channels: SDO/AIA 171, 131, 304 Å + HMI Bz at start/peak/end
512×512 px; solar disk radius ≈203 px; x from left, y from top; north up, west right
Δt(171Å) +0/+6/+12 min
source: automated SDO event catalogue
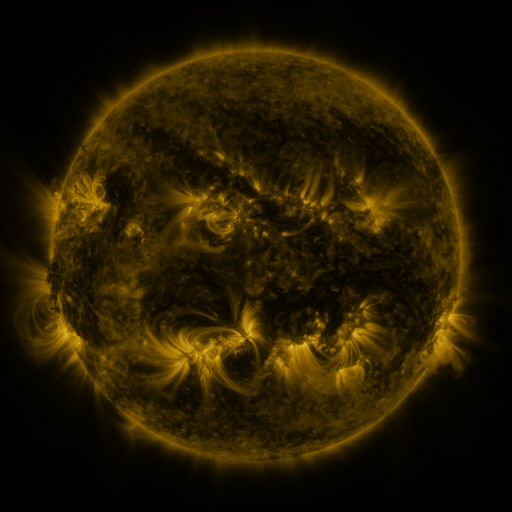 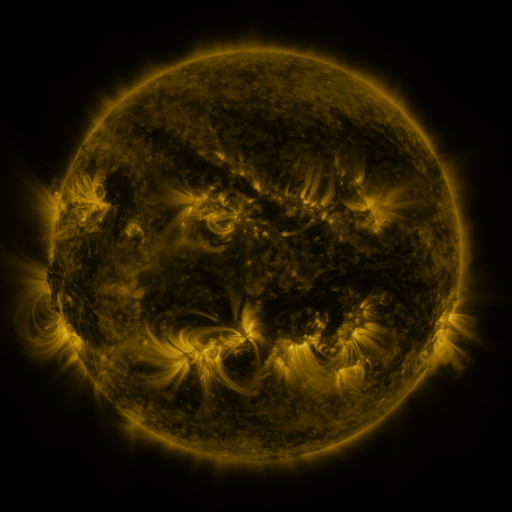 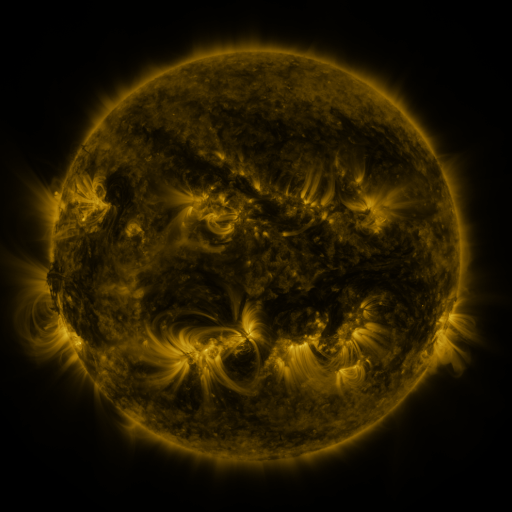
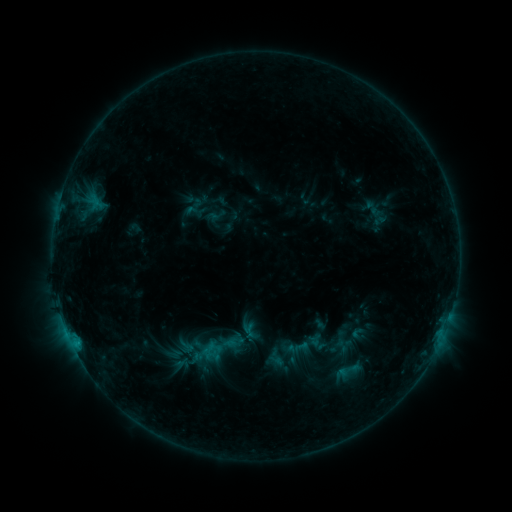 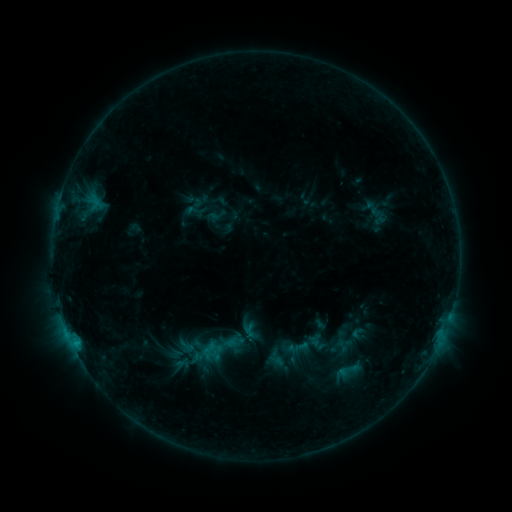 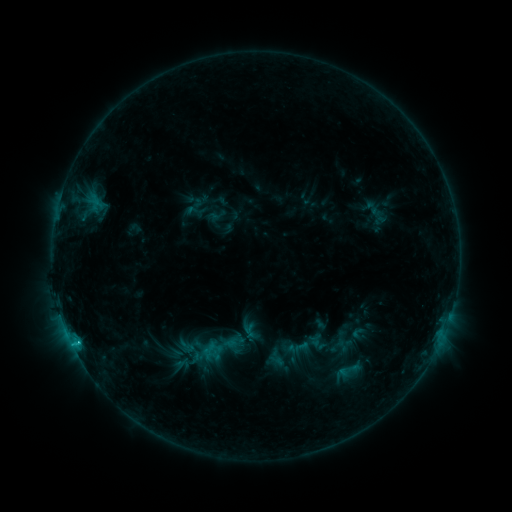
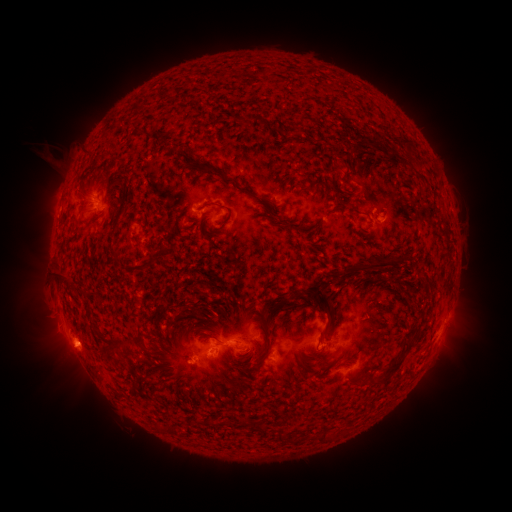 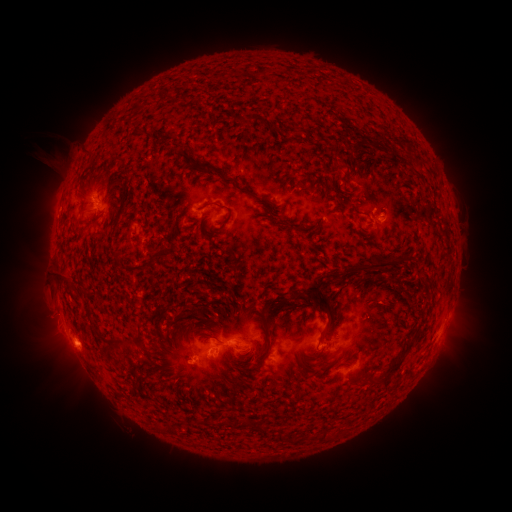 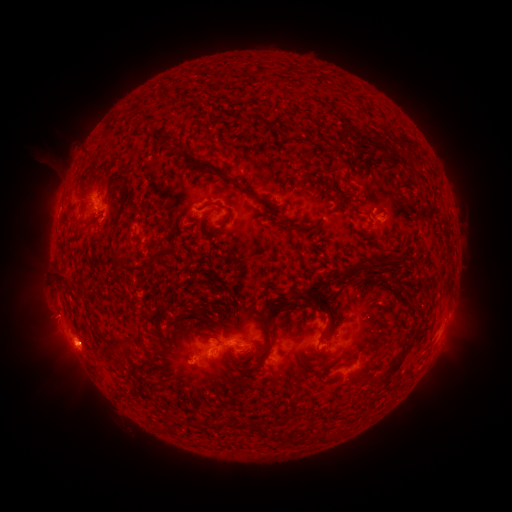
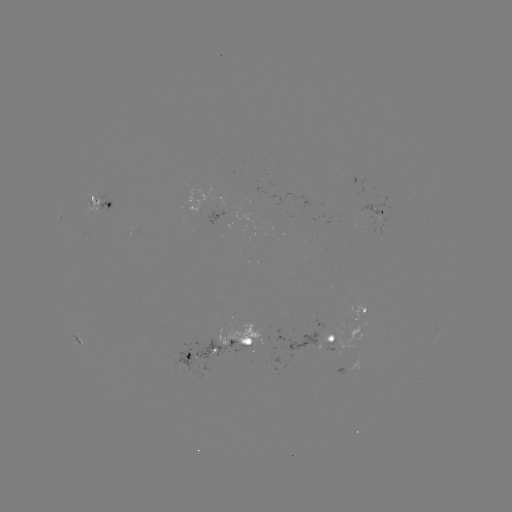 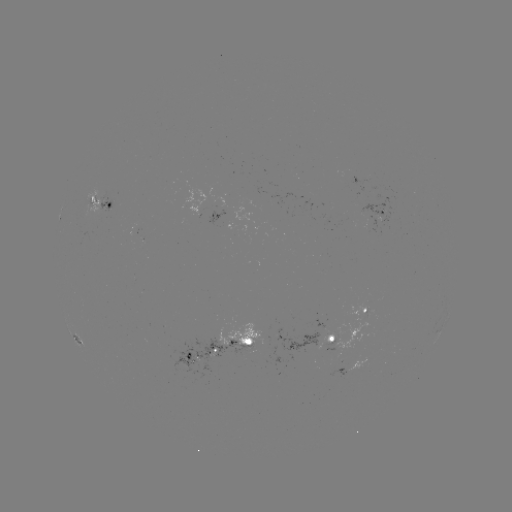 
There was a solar eruption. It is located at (62, 348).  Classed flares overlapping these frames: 1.